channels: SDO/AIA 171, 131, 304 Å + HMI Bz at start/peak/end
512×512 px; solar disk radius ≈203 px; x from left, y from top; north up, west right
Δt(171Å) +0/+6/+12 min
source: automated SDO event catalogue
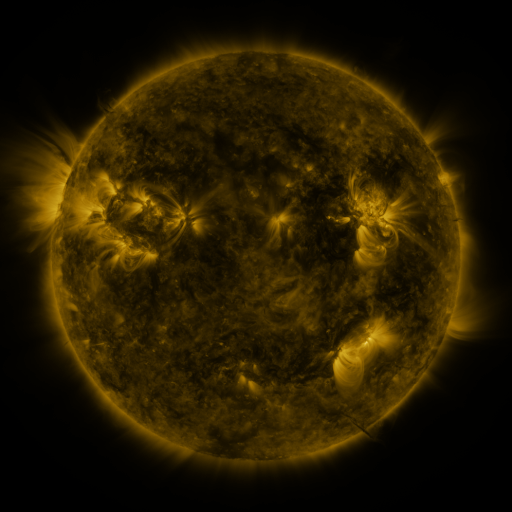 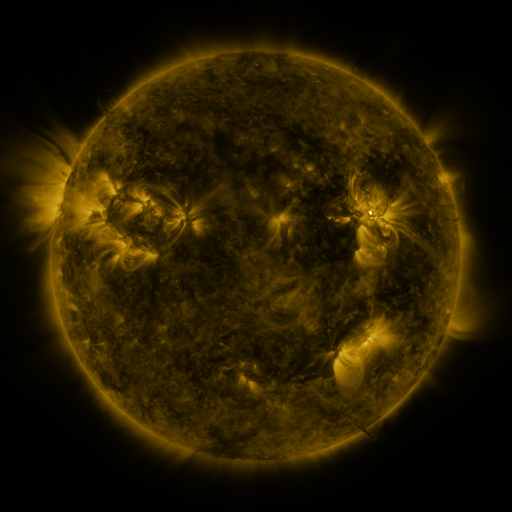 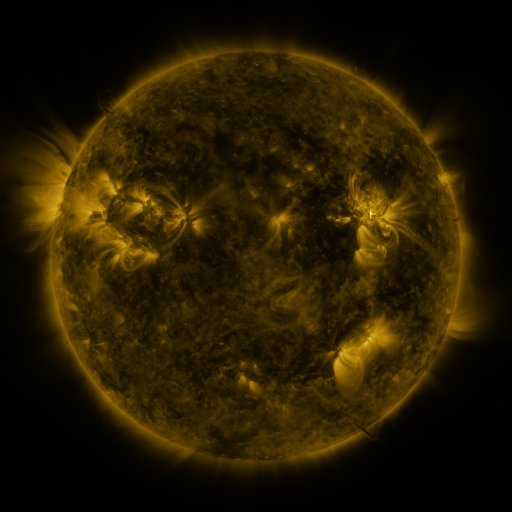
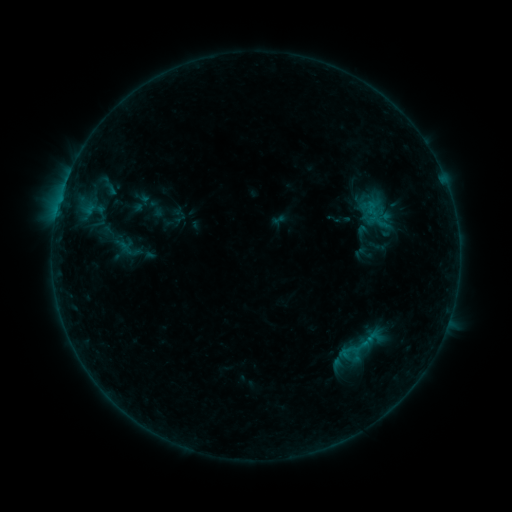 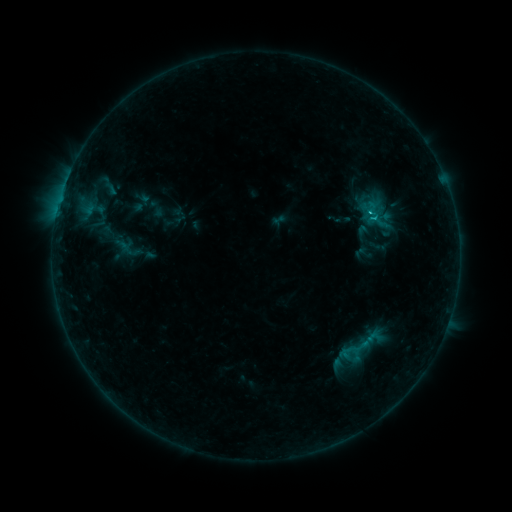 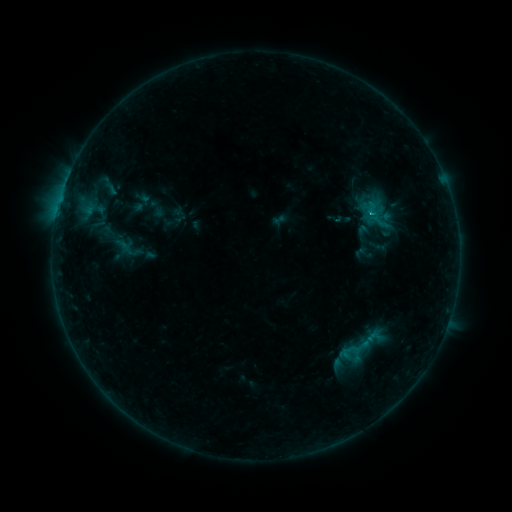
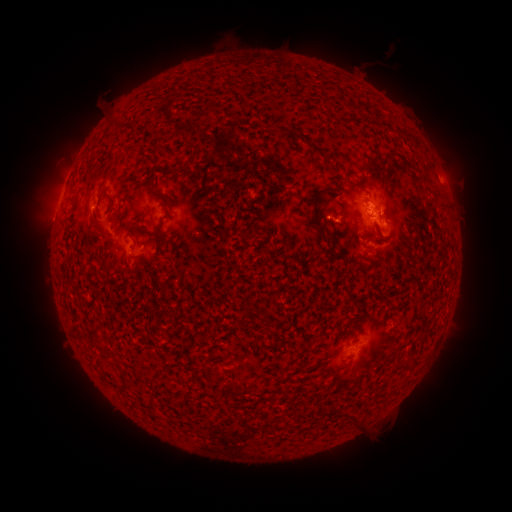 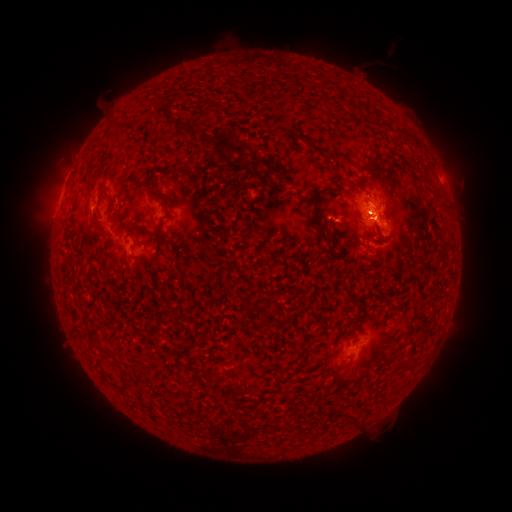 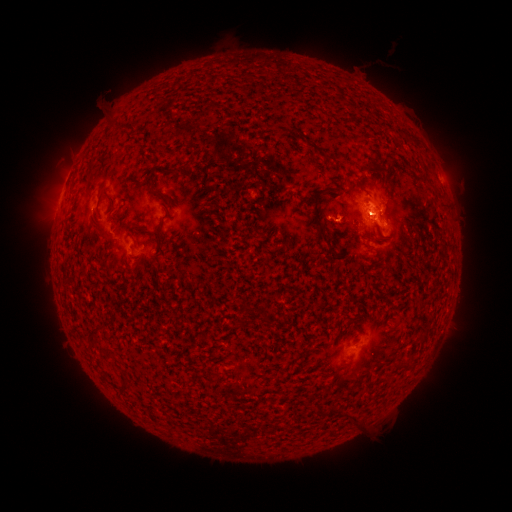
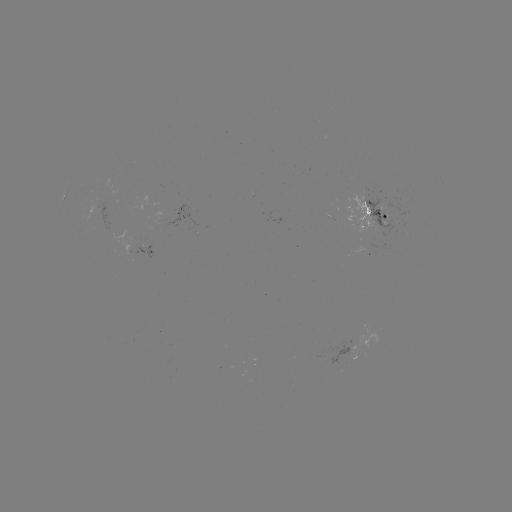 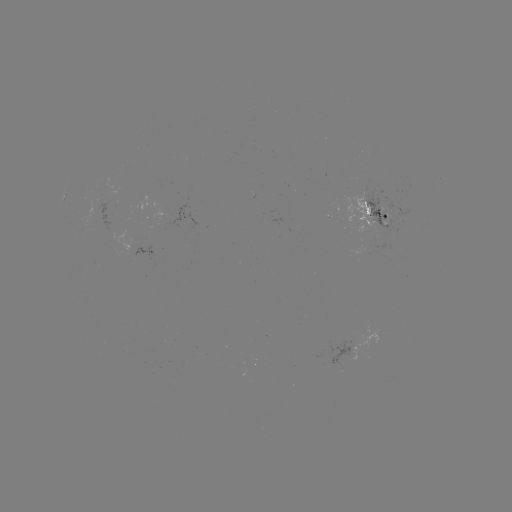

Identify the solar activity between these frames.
C1.1 flare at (370, 216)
